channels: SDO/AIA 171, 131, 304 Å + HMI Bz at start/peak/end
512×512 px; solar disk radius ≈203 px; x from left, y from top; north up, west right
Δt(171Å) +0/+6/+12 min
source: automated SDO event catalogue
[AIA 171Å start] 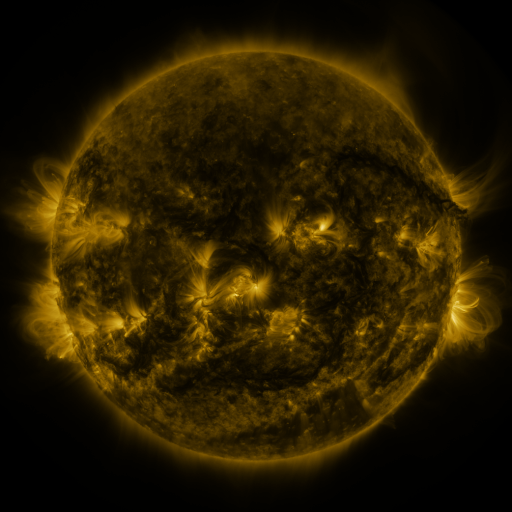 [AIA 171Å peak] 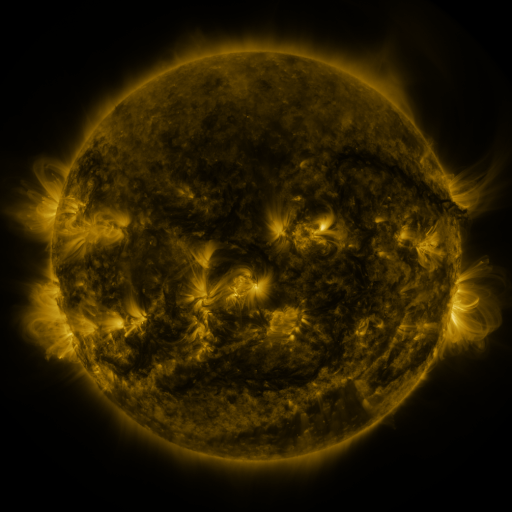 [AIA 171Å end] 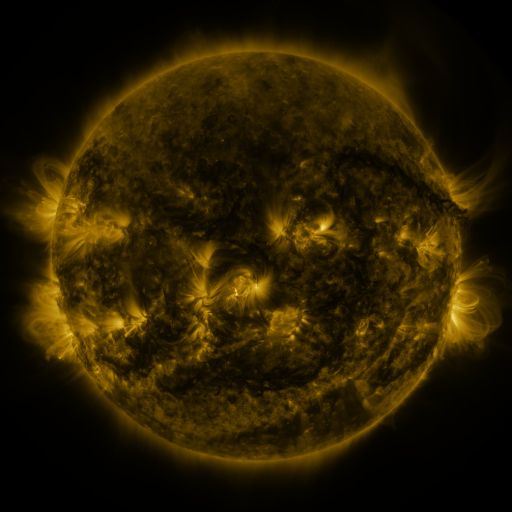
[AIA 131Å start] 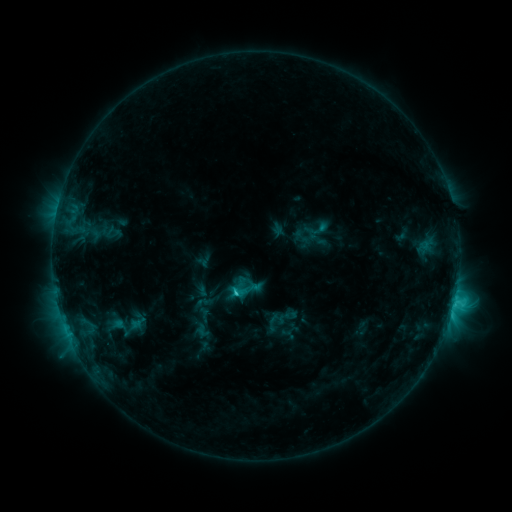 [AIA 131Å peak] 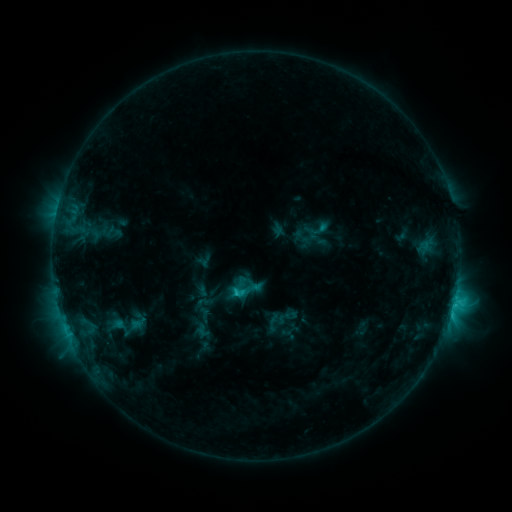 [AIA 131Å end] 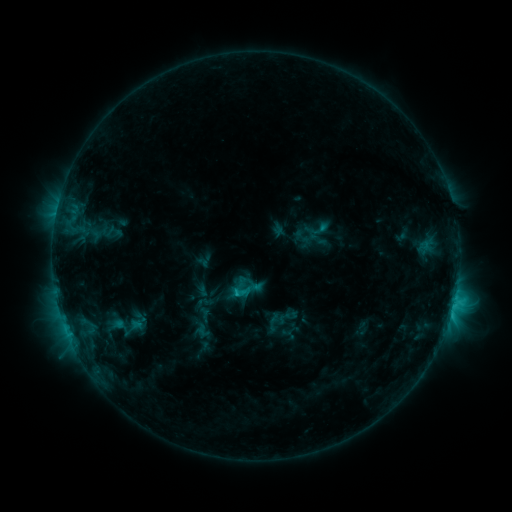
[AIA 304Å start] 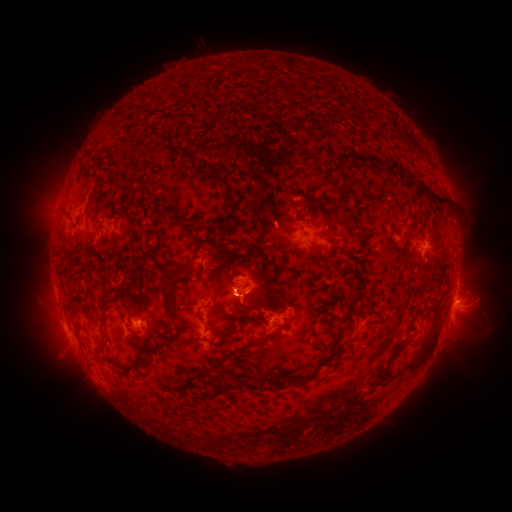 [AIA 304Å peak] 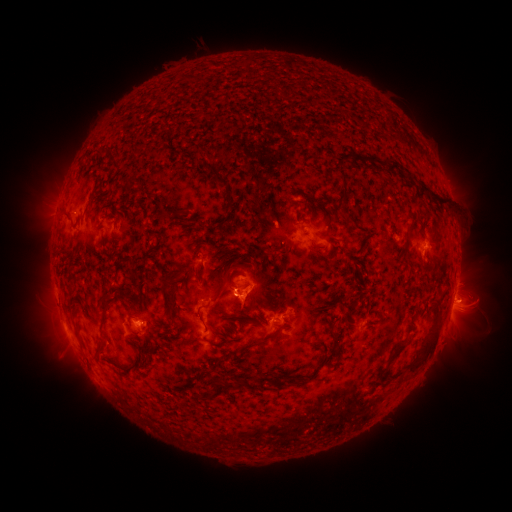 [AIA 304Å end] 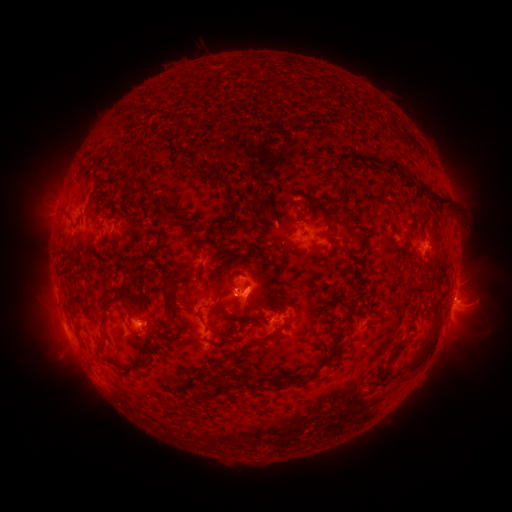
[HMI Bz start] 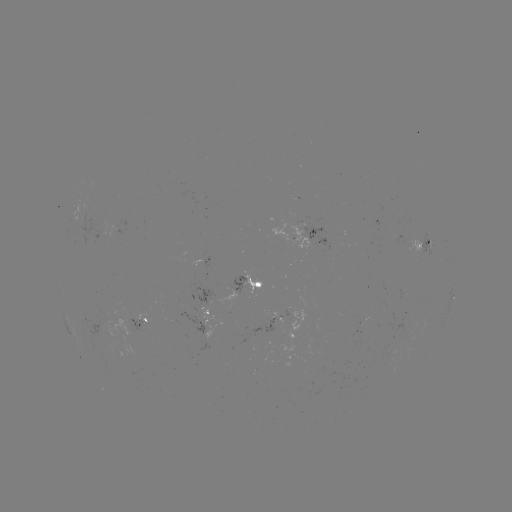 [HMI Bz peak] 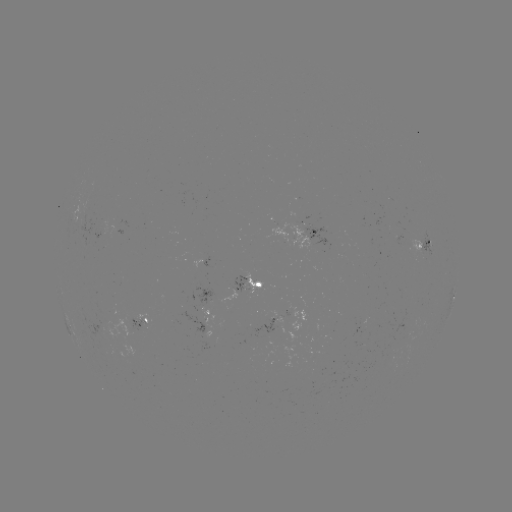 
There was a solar eruption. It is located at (248, 306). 